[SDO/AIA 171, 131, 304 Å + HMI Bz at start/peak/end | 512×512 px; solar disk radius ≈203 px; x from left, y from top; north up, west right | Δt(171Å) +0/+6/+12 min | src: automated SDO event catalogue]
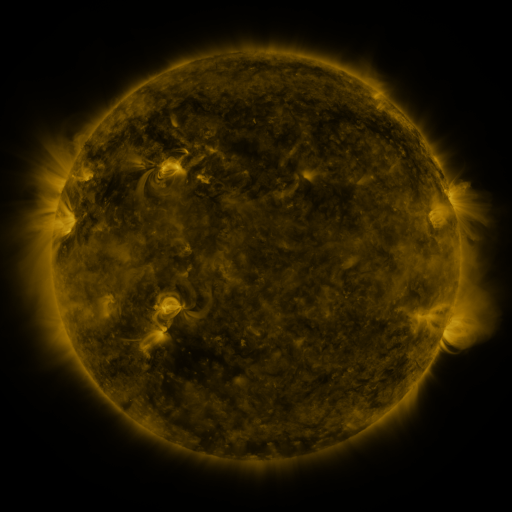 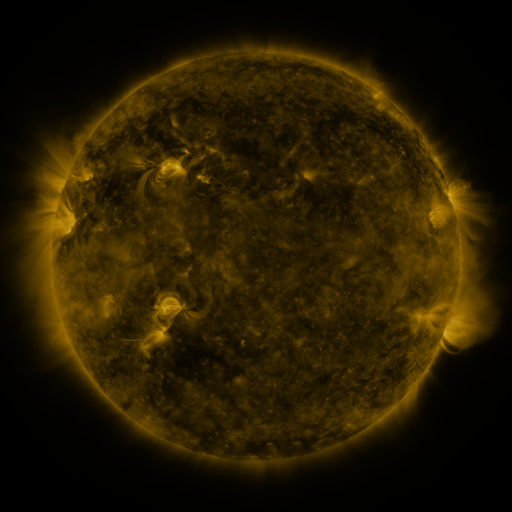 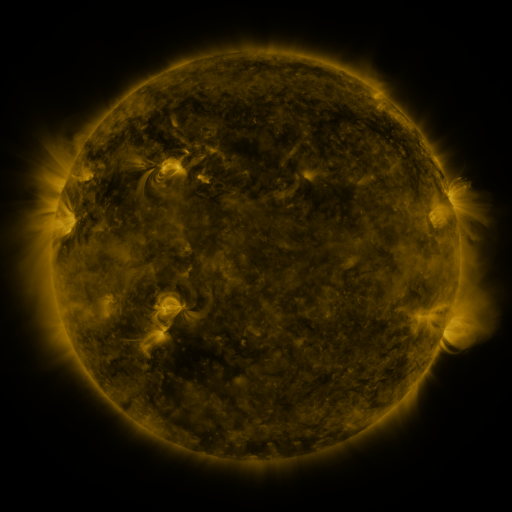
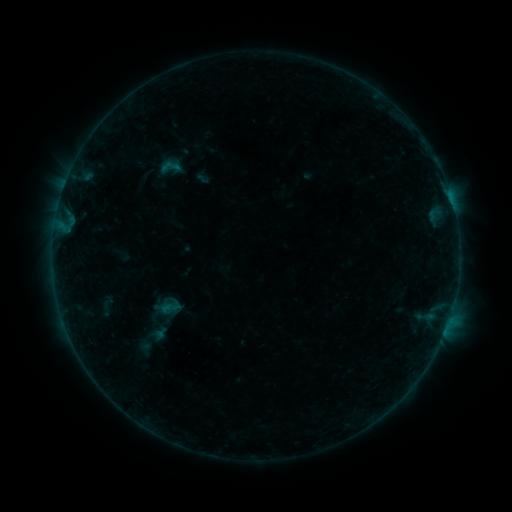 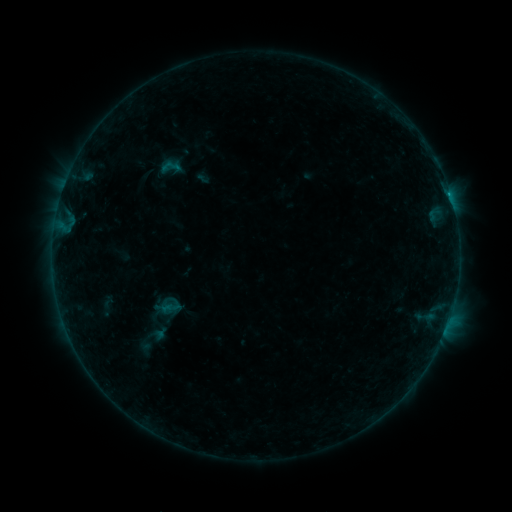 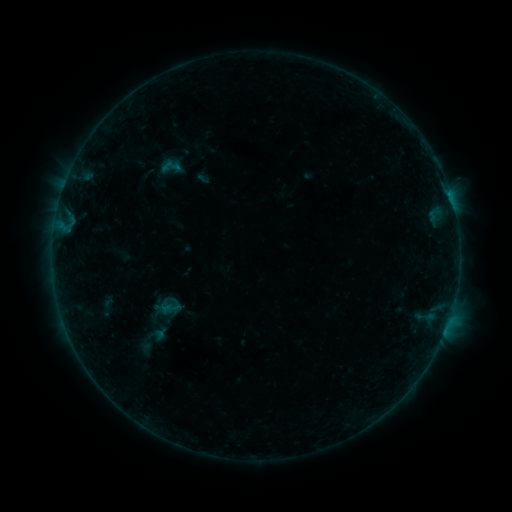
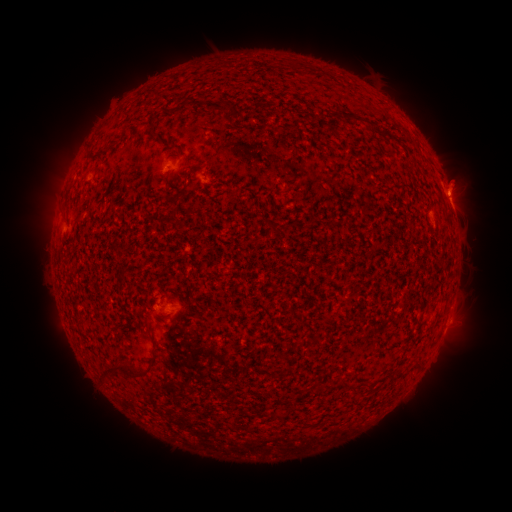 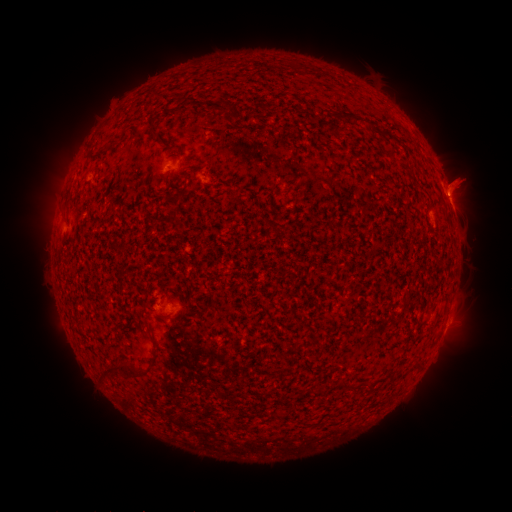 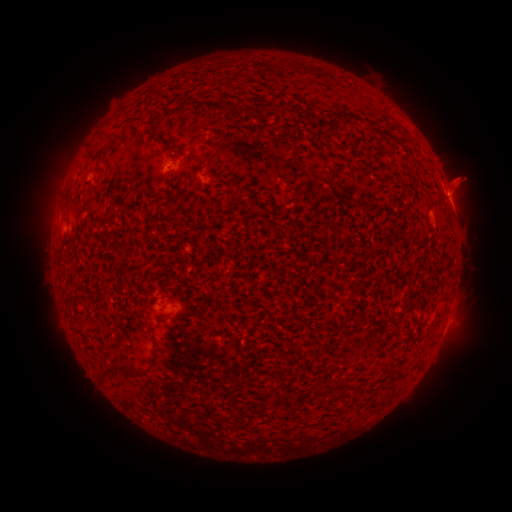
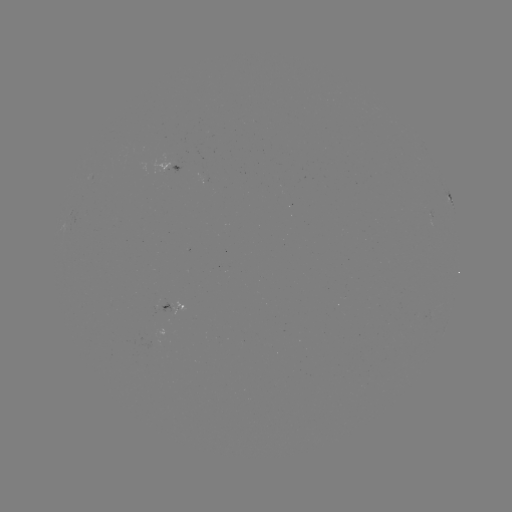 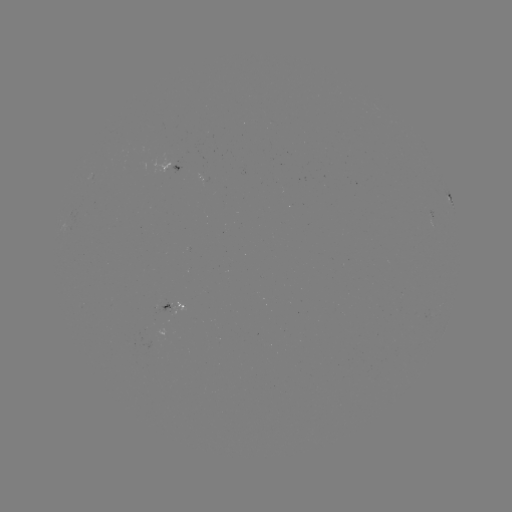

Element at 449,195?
B2.6 flare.